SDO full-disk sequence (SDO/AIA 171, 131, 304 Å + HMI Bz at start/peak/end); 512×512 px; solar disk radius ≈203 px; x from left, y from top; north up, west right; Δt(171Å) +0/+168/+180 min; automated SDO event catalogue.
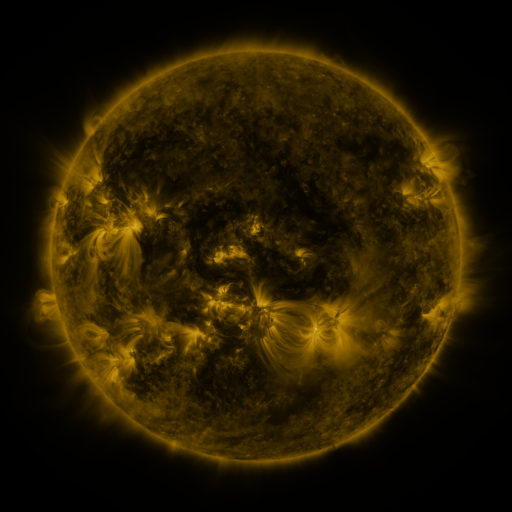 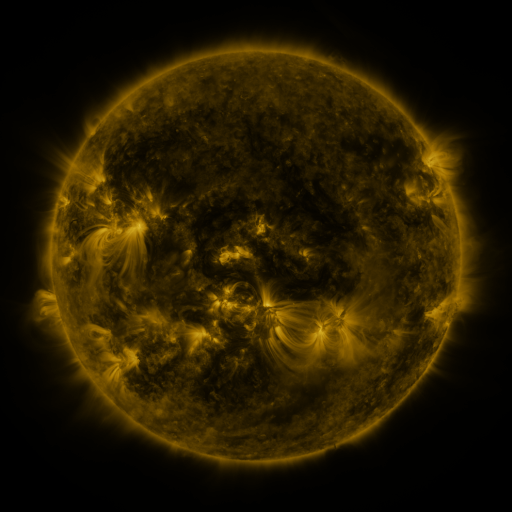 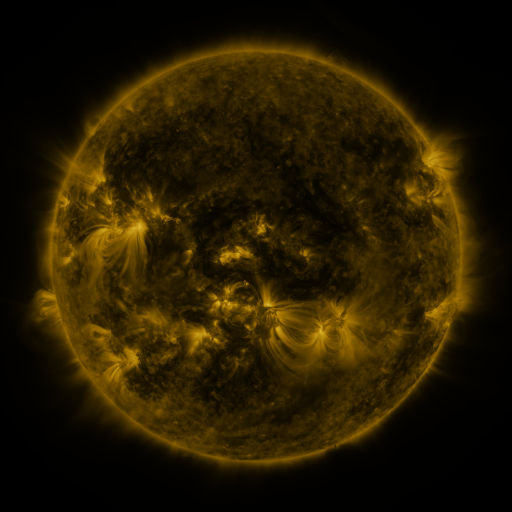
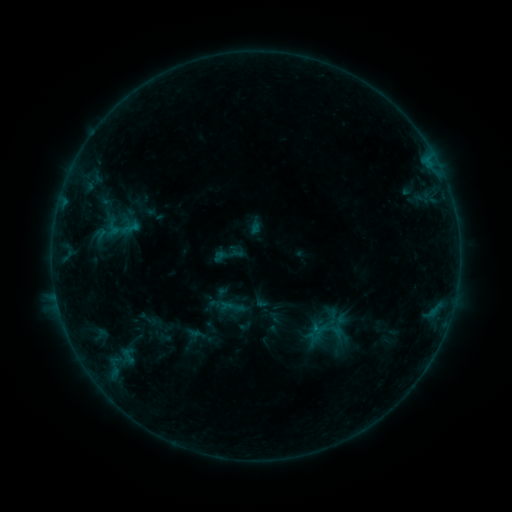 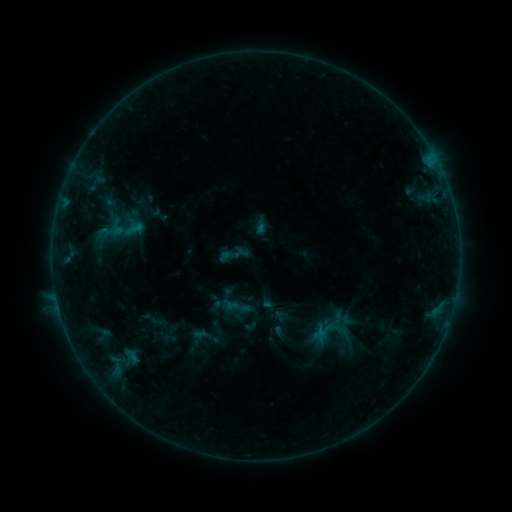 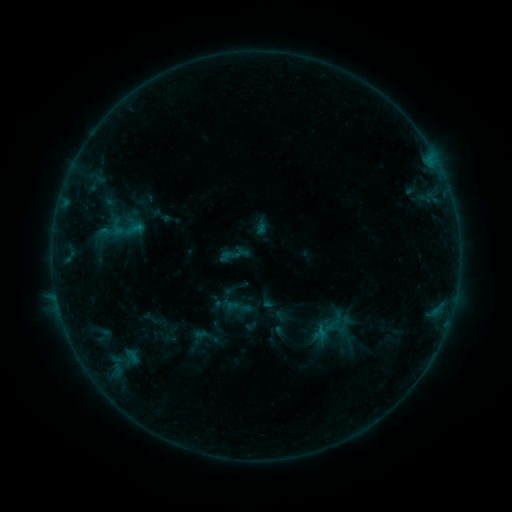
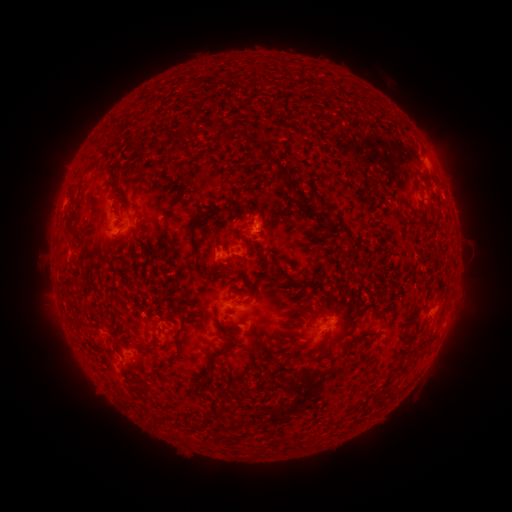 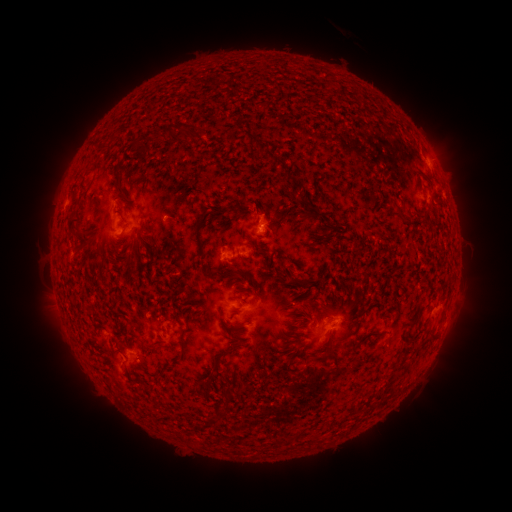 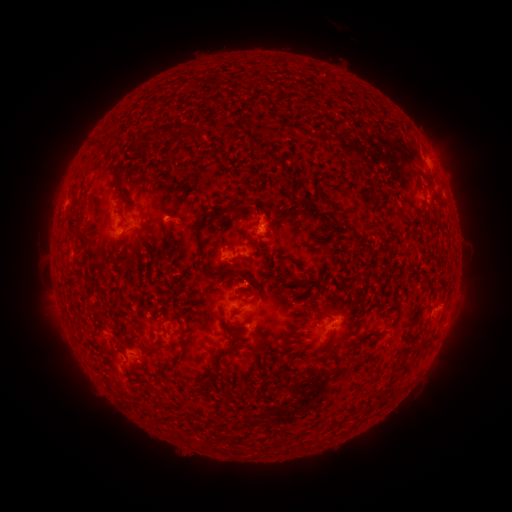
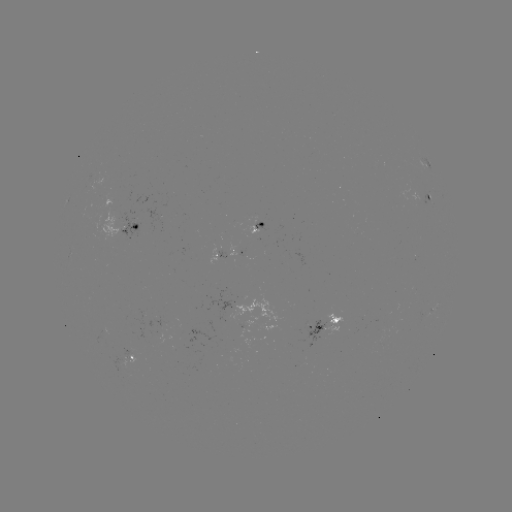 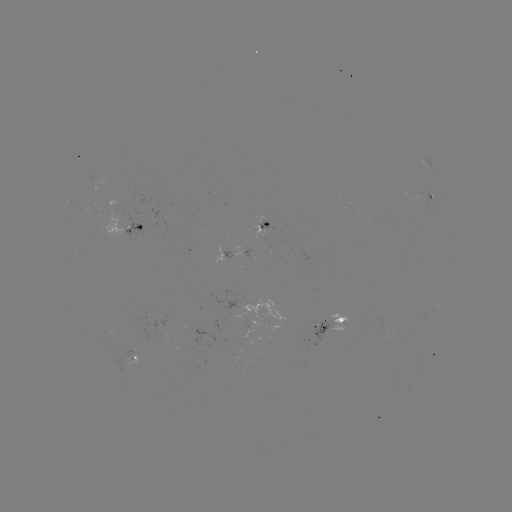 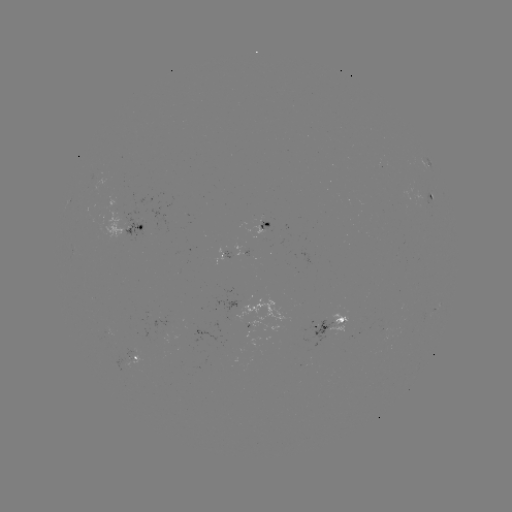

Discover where emerging-flux region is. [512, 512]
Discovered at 124,362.